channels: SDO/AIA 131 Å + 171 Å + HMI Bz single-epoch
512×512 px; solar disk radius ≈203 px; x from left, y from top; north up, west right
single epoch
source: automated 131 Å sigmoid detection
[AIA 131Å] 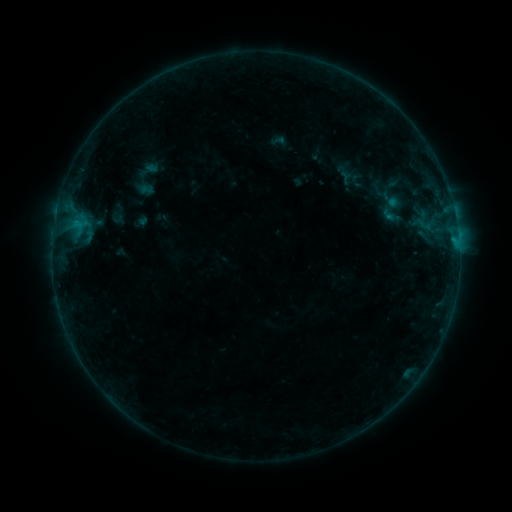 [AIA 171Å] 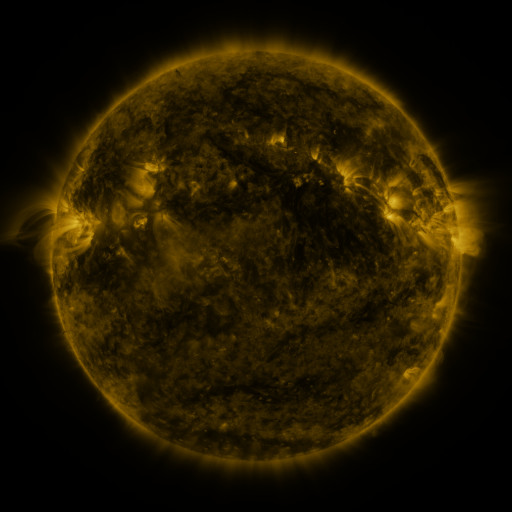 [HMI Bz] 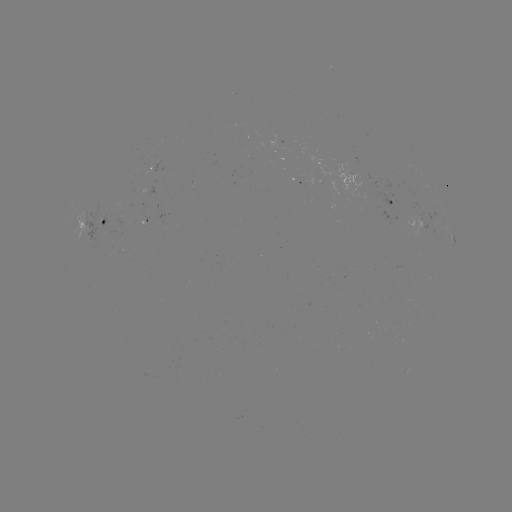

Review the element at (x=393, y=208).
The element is sigmoid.